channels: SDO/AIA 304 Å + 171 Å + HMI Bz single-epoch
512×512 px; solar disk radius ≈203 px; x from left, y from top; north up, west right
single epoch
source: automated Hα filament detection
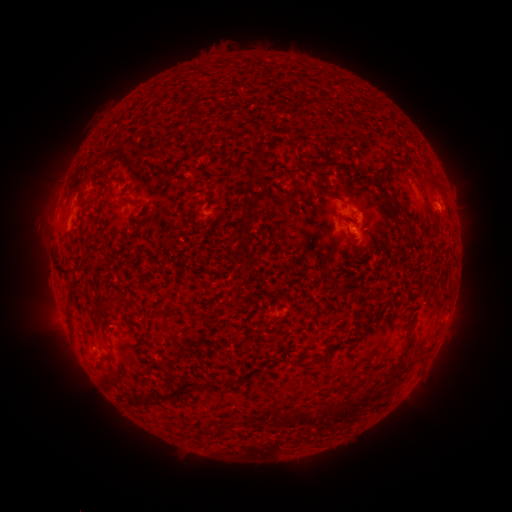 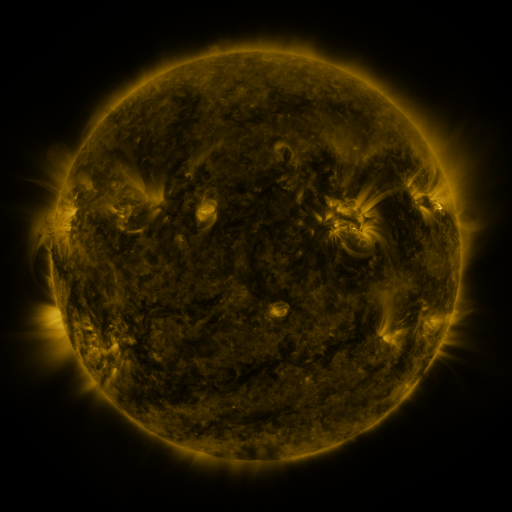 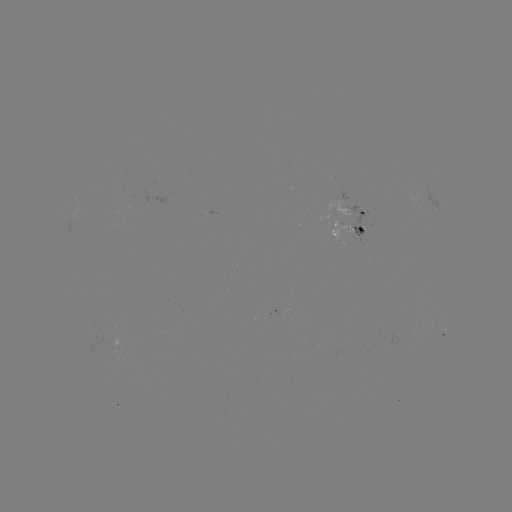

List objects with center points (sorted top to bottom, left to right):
filament: [313, 95, 325, 111]
filament: [179, 114, 189, 123]
filament: [381, 156, 391, 168]
filament: [313, 163, 337, 199]
filament: [408, 163, 418, 173]
filament: [239, 164, 258, 210]
filament: [417, 178, 425, 189]
filament: [94, 179, 113, 190]
filament: [390, 197, 402, 215]
filament: [120, 199, 137, 208]
filament: [184, 205, 195, 227]
filament: [399, 215, 415, 243]
filament: [235, 235, 246, 250]
filament: [239, 253, 252, 269]
filament: [58, 267, 73, 277]
filament: [68, 286, 77, 303]
filament: [101, 291, 125, 317]
filament: [150, 308, 175, 318]
filament: [196, 315, 210, 323]
filament: [331, 340, 342, 349]
filament: [100, 353, 113, 364]
filament: [315, 354, 329, 364]
filament: [298, 360, 309, 367]
filament: [385, 362, 406, 382]
filament: [144, 376, 222, 407]
filament: [129, 396, 139, 408]
filament: [342, 397, 363, 416]
filament: [277, 403, 311, 426]
filament: [261, 417, 272, 426]
filament: [208, 426, 218, 436]
